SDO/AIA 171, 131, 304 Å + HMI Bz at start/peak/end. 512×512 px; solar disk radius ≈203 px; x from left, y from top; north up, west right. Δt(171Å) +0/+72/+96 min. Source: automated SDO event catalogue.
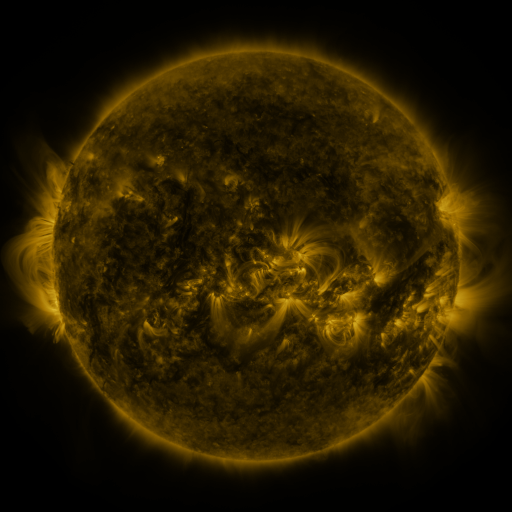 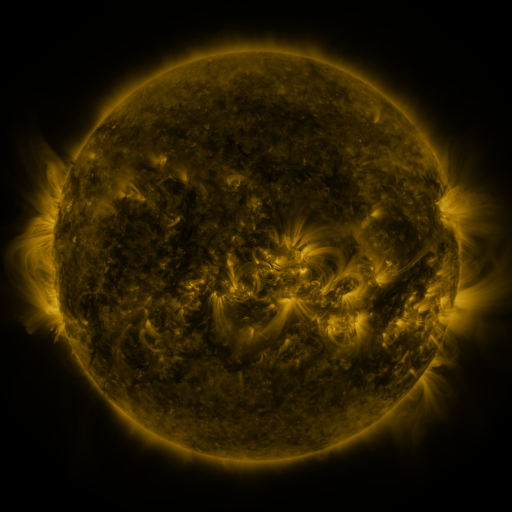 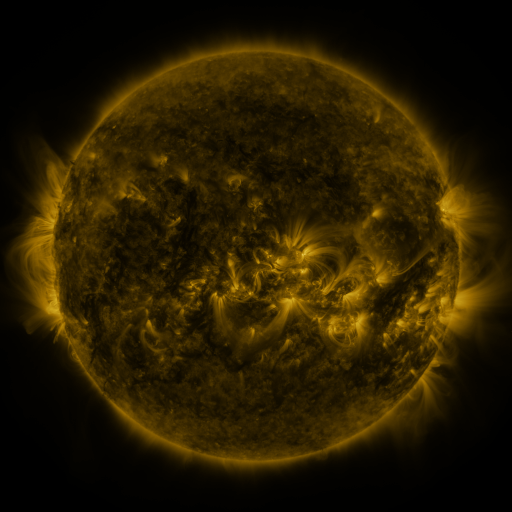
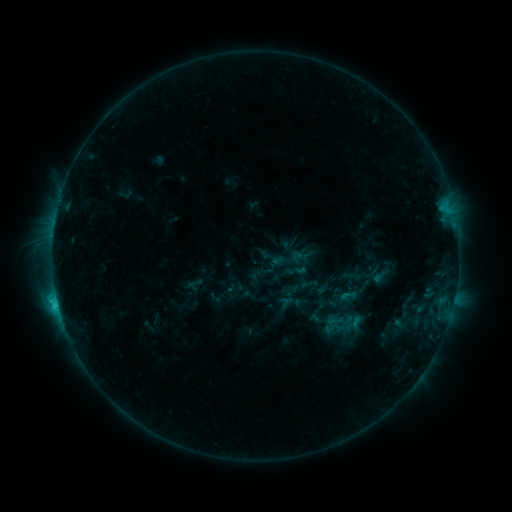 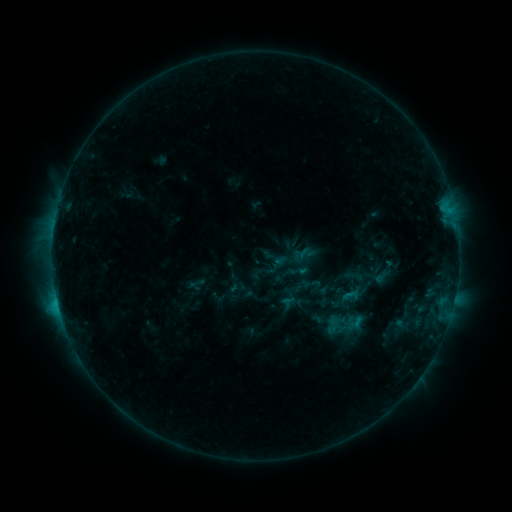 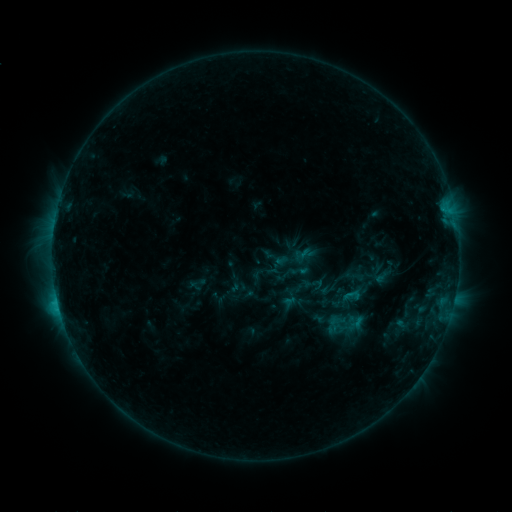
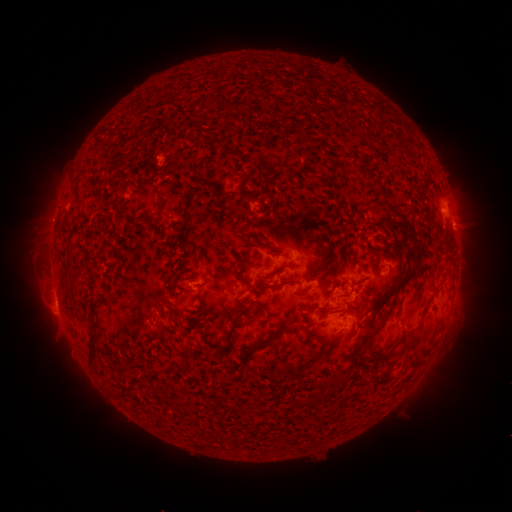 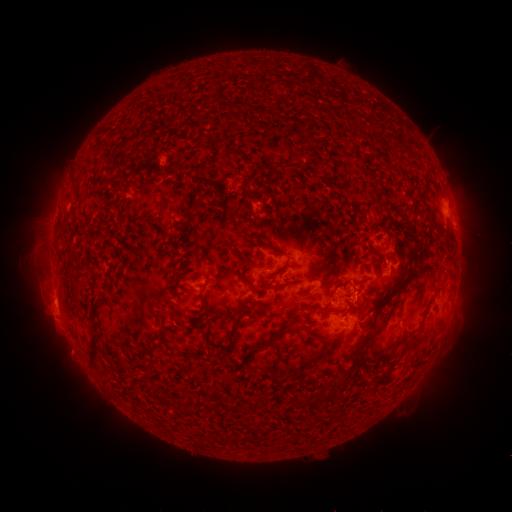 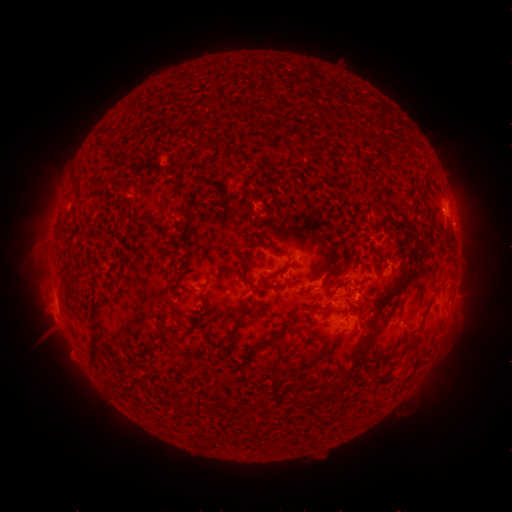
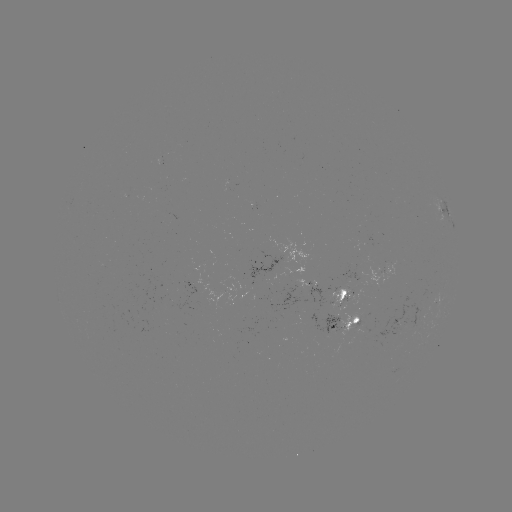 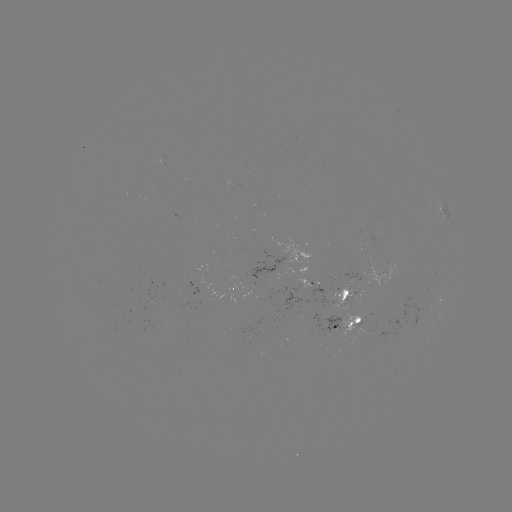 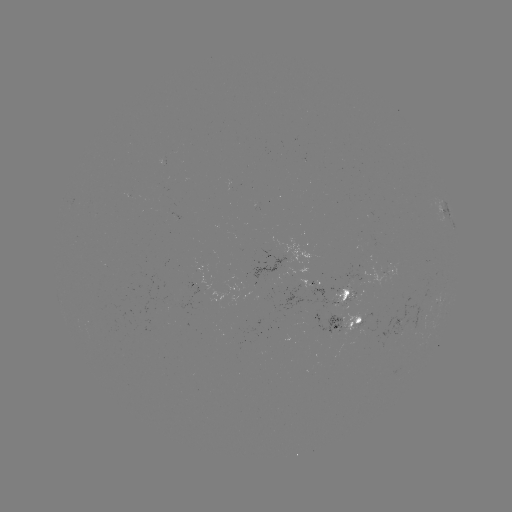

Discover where emerging-flux region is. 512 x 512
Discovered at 344,300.